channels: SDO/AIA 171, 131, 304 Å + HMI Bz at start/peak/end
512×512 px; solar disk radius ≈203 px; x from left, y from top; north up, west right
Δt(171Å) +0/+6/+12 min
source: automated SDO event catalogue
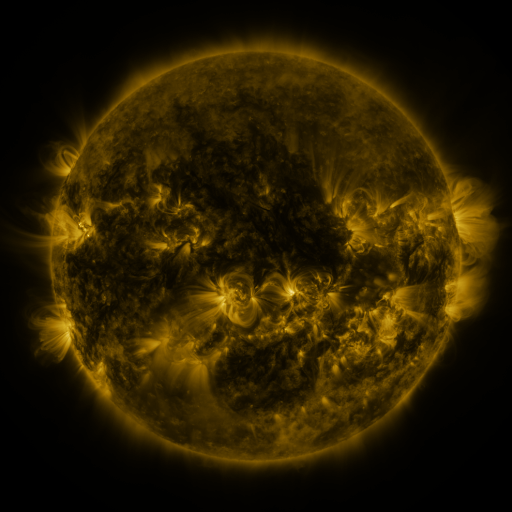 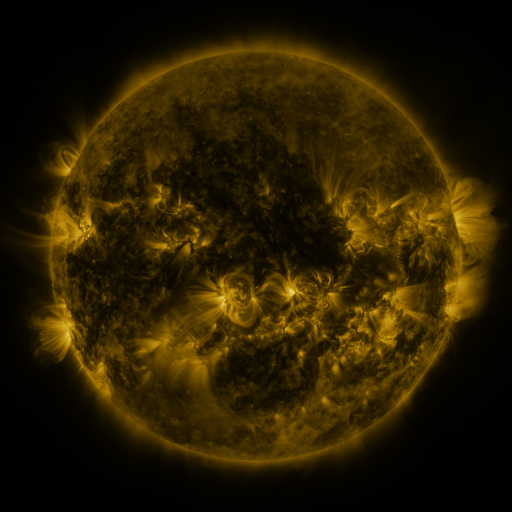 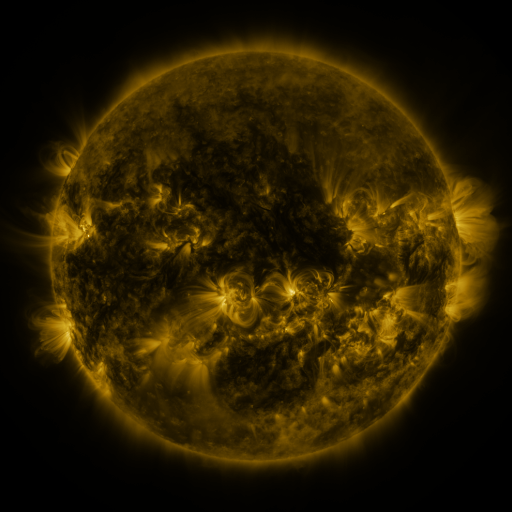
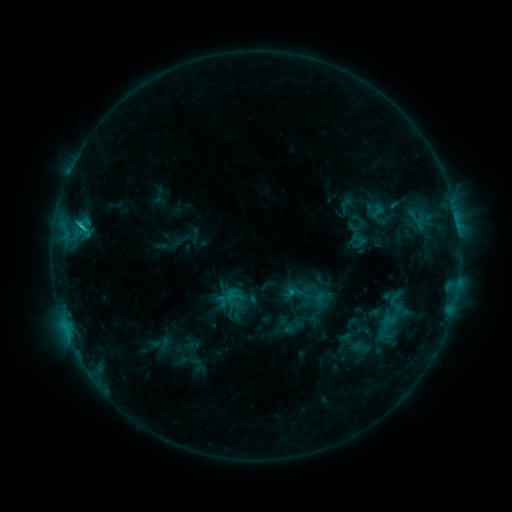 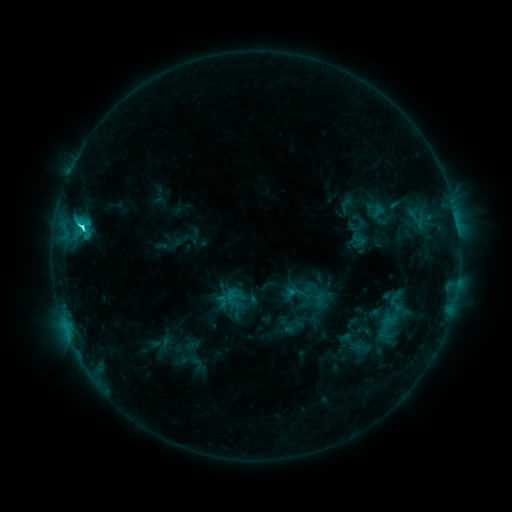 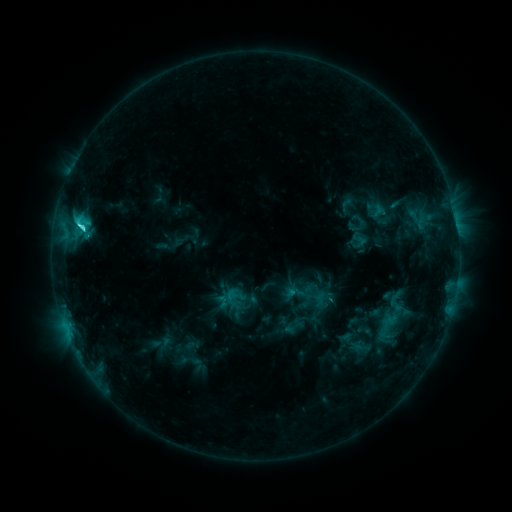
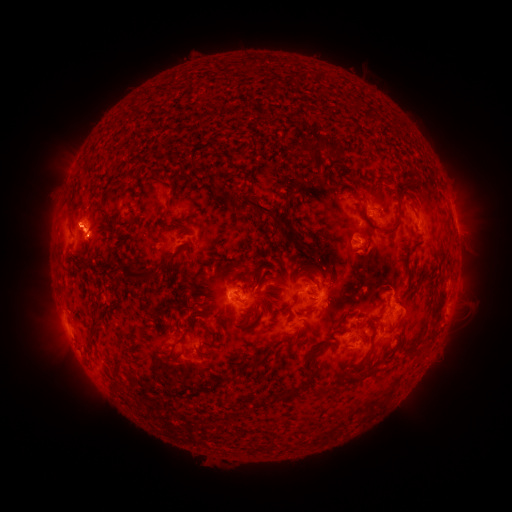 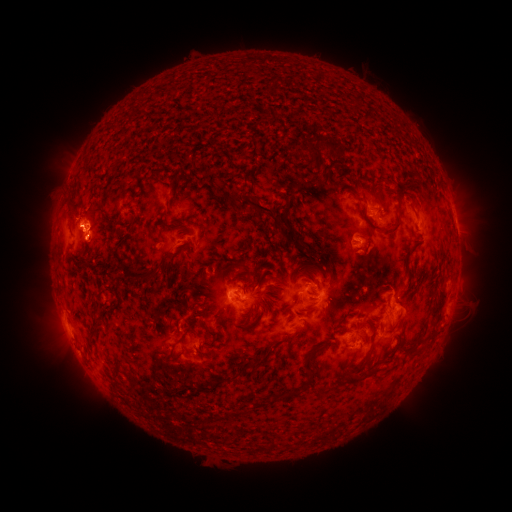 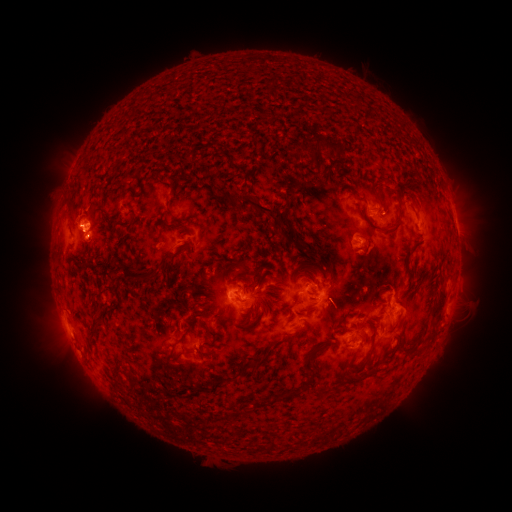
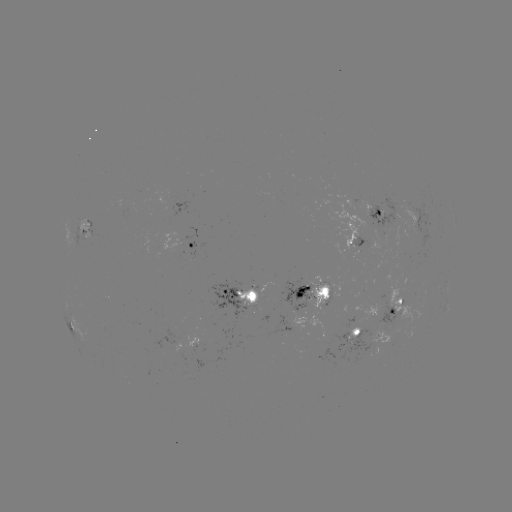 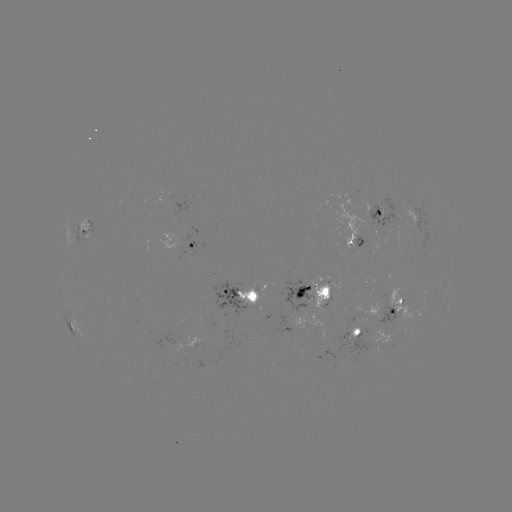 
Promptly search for C4.0 flare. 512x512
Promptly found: (81, 230).